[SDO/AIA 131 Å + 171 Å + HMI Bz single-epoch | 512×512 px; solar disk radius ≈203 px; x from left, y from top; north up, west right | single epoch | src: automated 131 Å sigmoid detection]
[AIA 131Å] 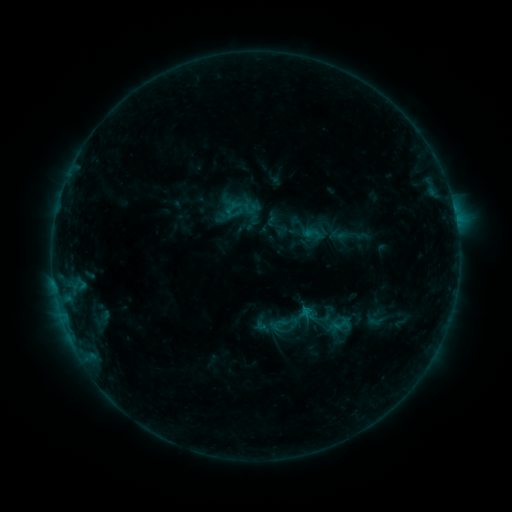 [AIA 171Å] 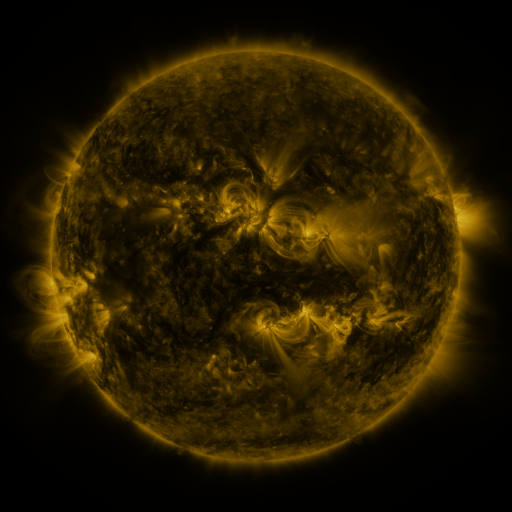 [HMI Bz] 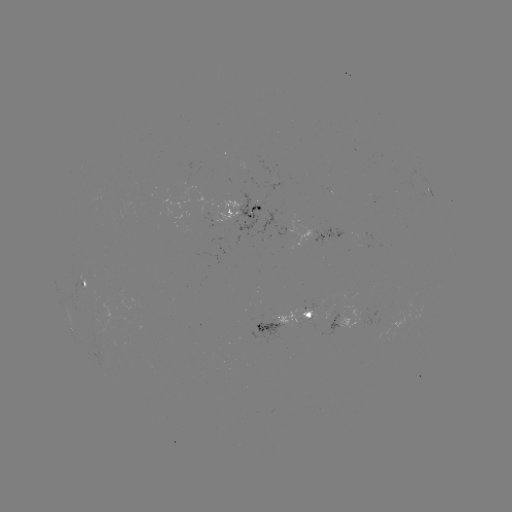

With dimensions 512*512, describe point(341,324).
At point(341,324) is sigmoid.